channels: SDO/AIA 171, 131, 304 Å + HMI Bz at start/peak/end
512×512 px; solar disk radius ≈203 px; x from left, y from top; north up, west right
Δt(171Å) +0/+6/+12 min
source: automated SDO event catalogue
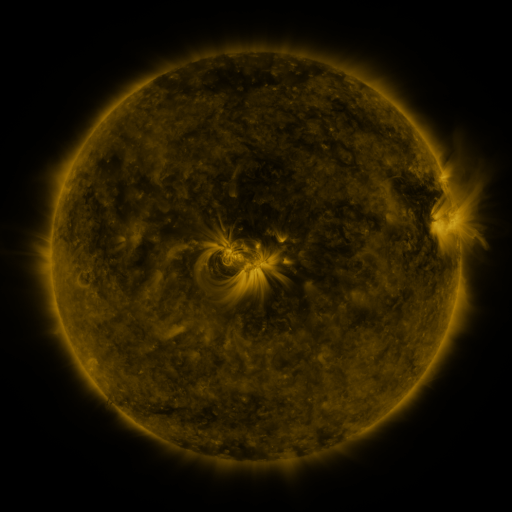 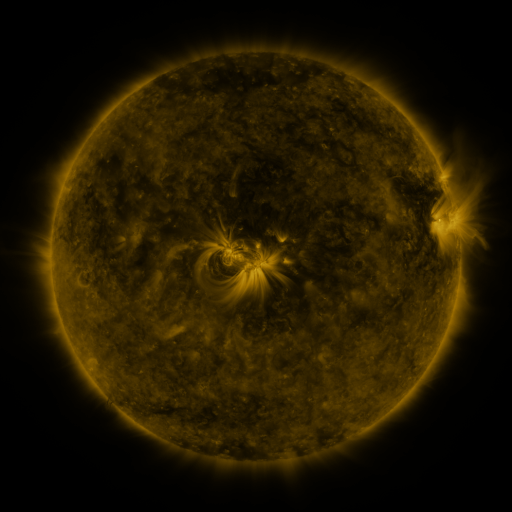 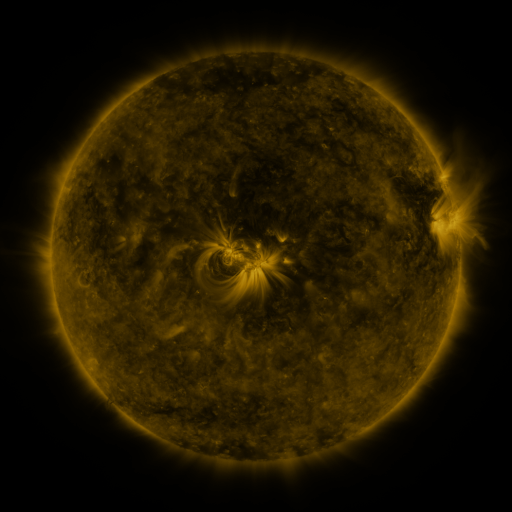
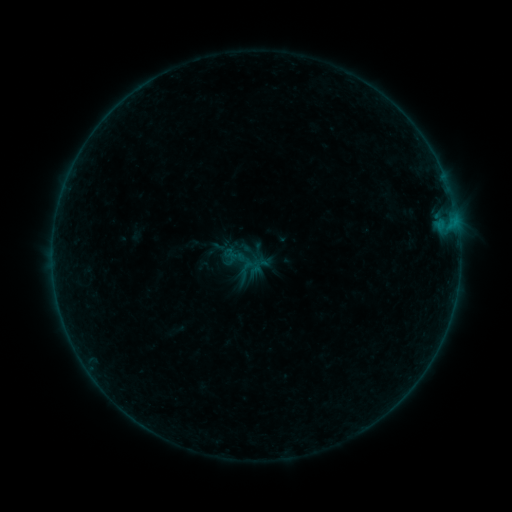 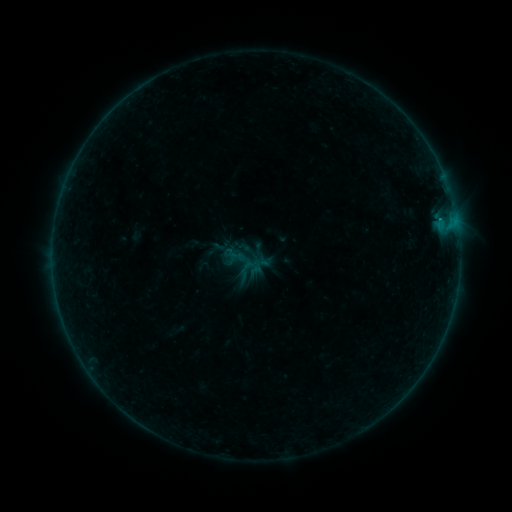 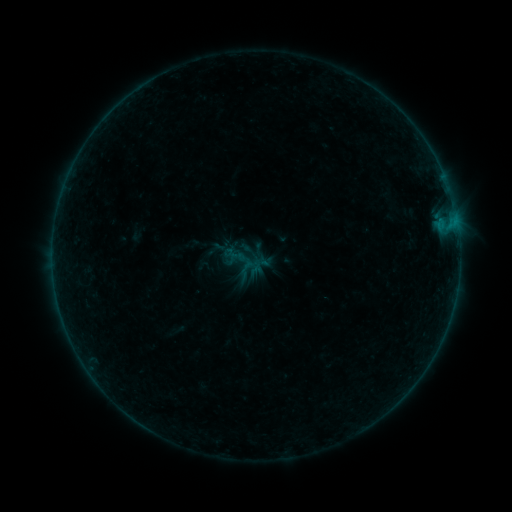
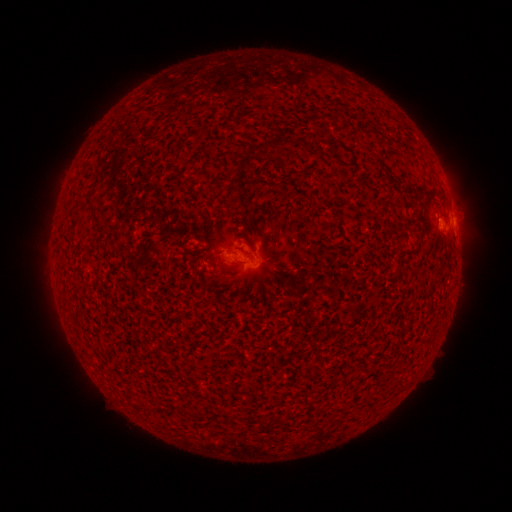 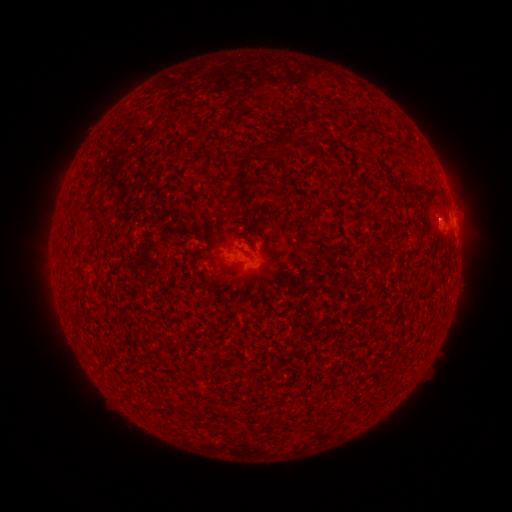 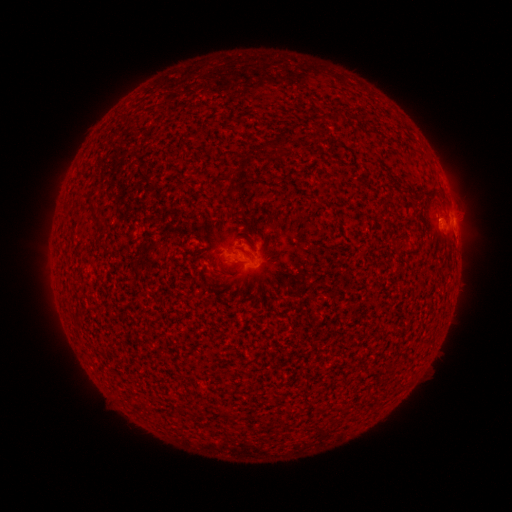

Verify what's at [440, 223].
B1.4 flare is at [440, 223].